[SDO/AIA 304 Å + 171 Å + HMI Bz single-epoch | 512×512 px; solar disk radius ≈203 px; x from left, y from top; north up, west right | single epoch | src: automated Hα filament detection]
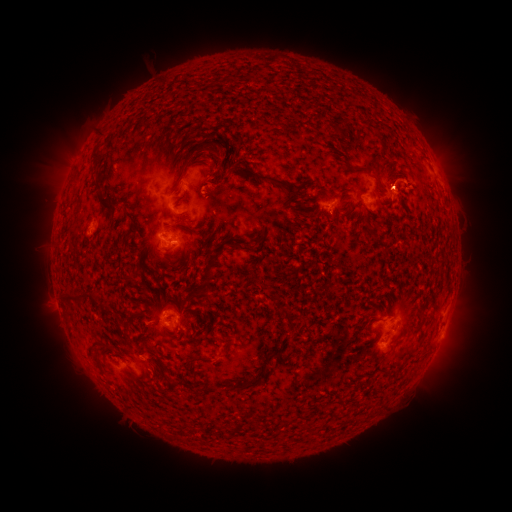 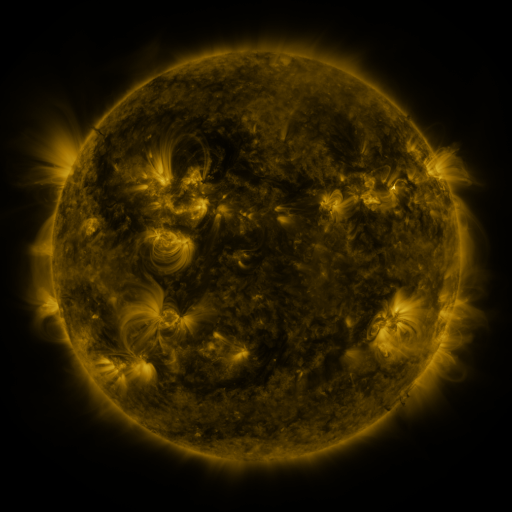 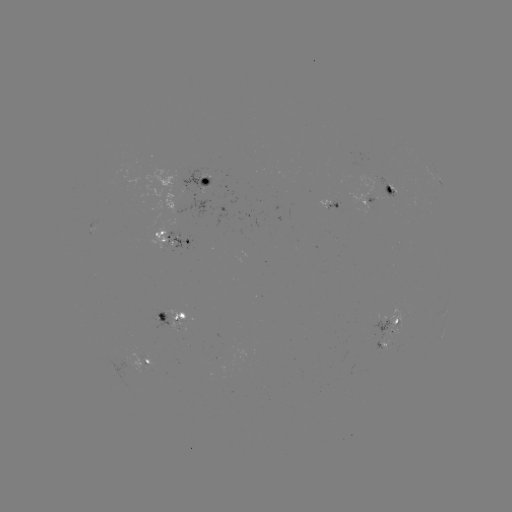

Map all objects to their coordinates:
filament: (96, 154)
filament: (368, 169)
filament: (261, 178)
filament: (106, 204)
filament: (70, 295)
filament: (160, 315)
filament: (254, 382)
